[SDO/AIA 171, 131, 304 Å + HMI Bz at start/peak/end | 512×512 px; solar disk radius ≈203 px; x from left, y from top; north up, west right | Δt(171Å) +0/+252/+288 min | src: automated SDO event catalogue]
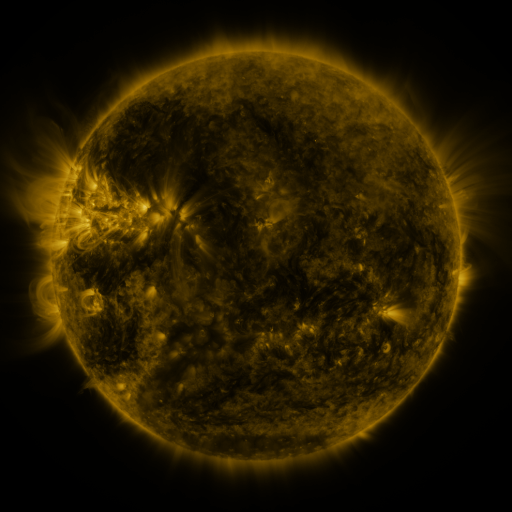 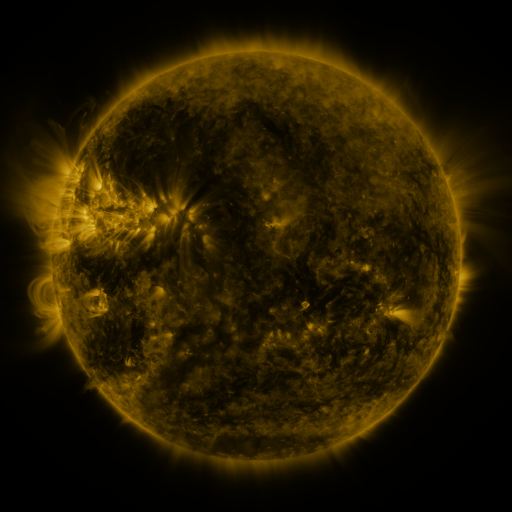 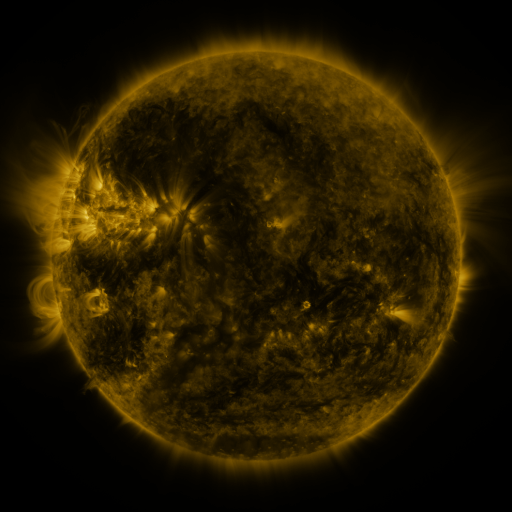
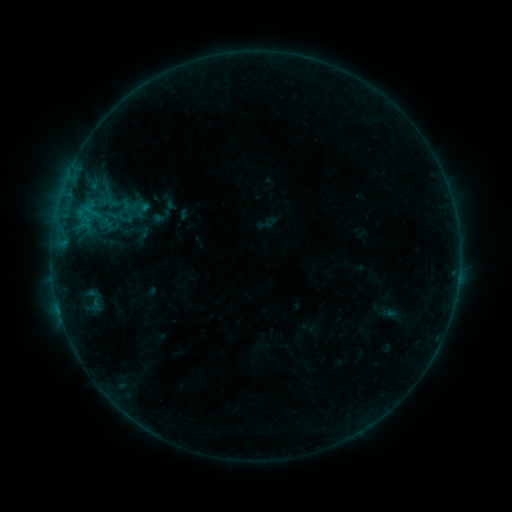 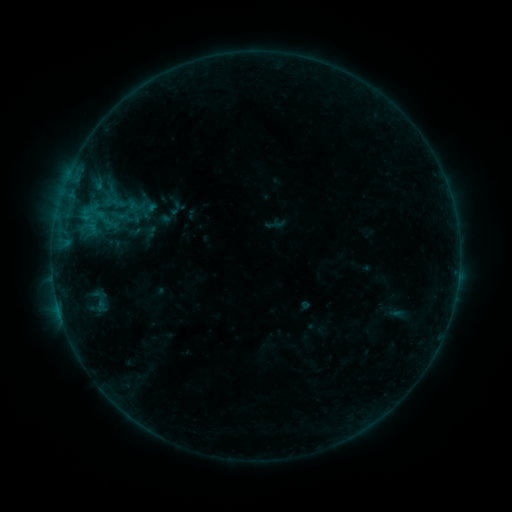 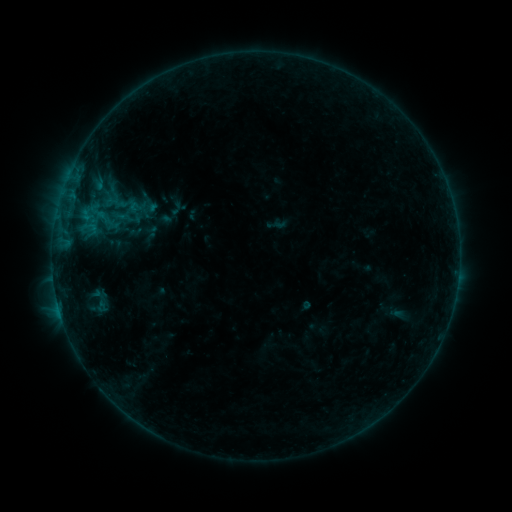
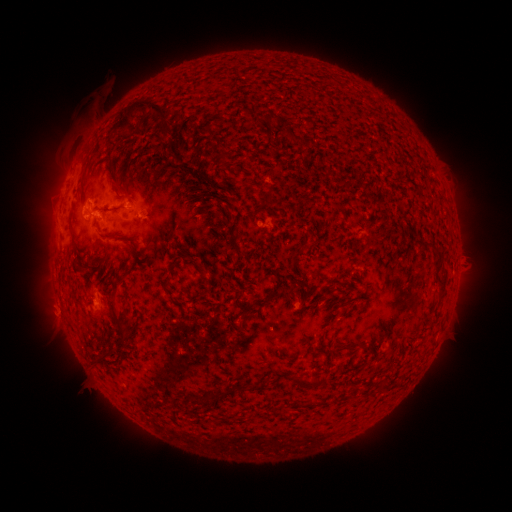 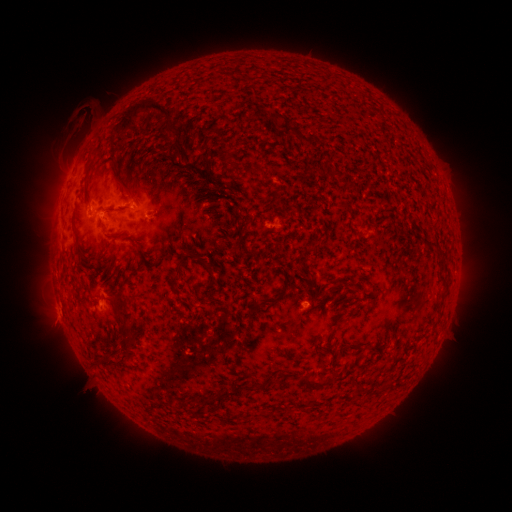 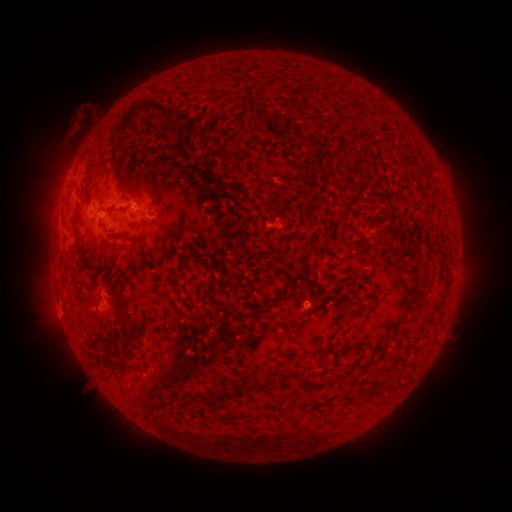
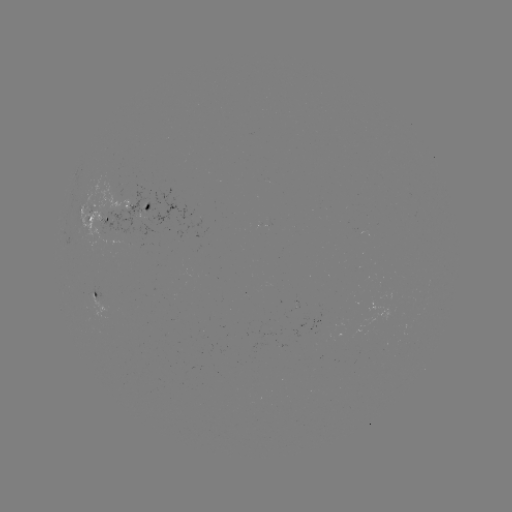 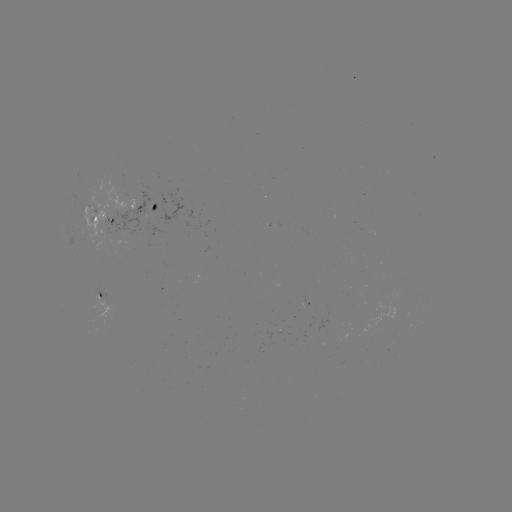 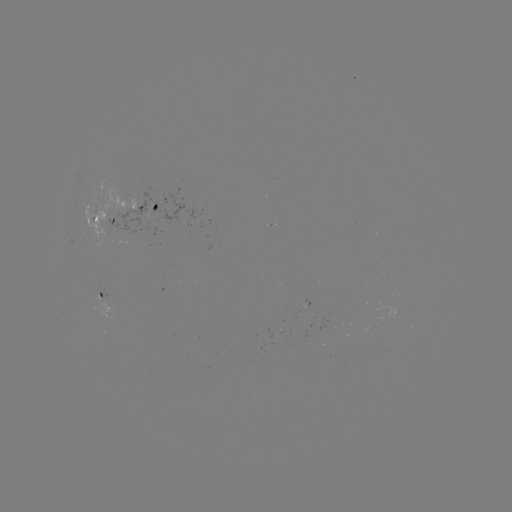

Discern emerging-flux region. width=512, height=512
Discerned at (98, 210).